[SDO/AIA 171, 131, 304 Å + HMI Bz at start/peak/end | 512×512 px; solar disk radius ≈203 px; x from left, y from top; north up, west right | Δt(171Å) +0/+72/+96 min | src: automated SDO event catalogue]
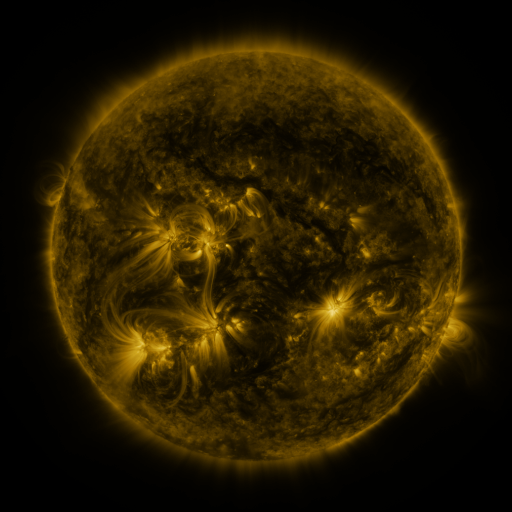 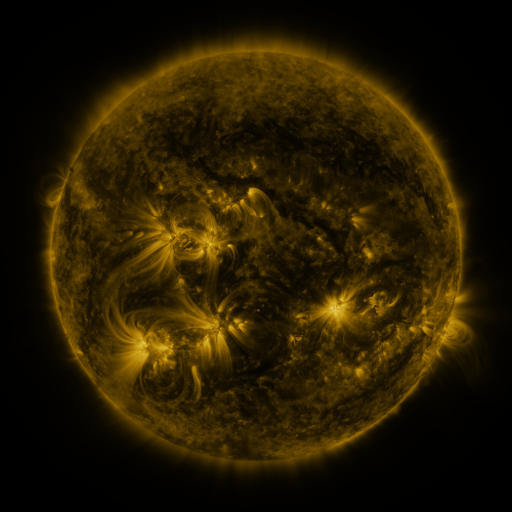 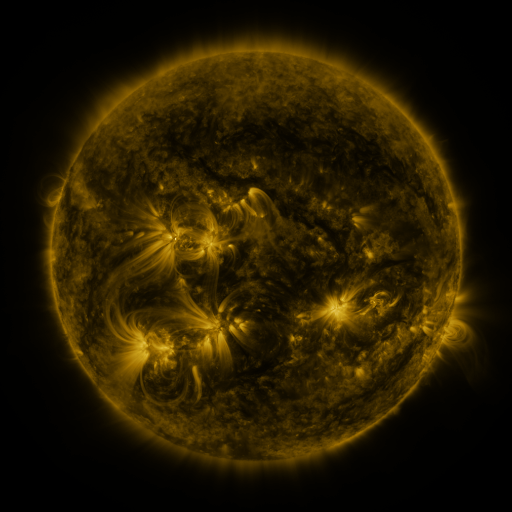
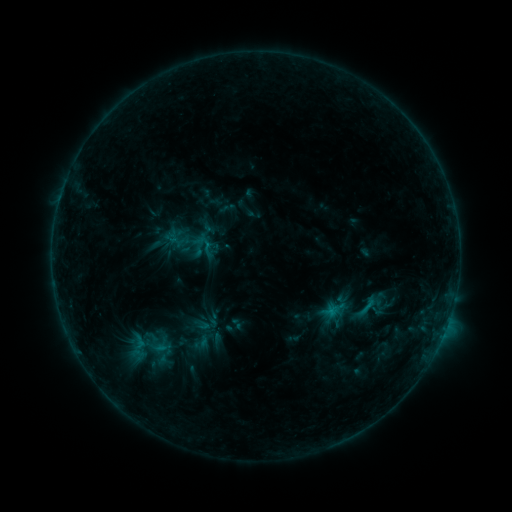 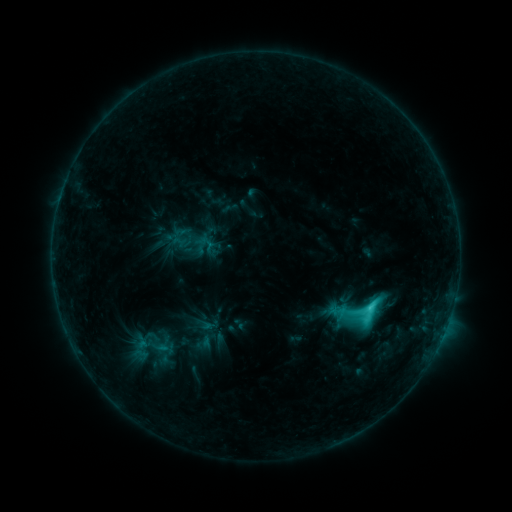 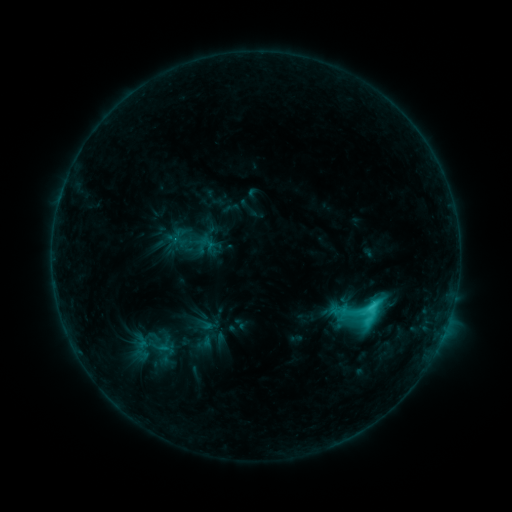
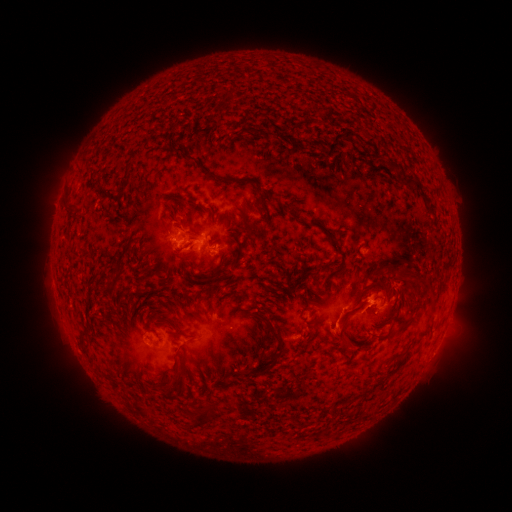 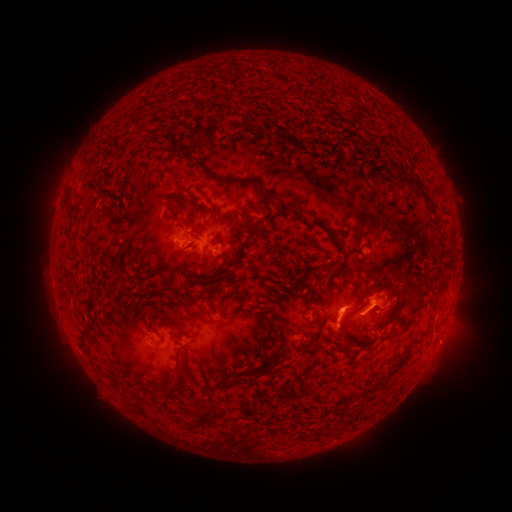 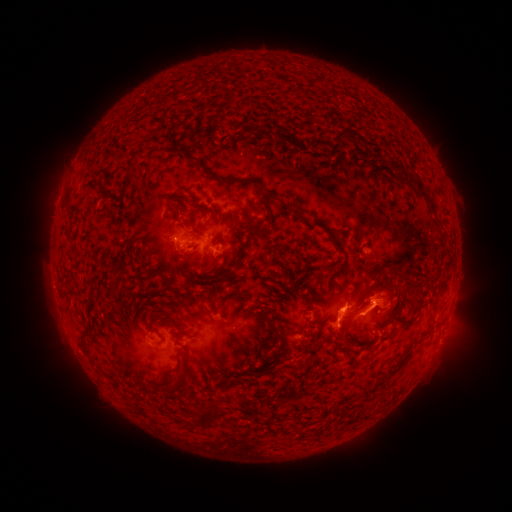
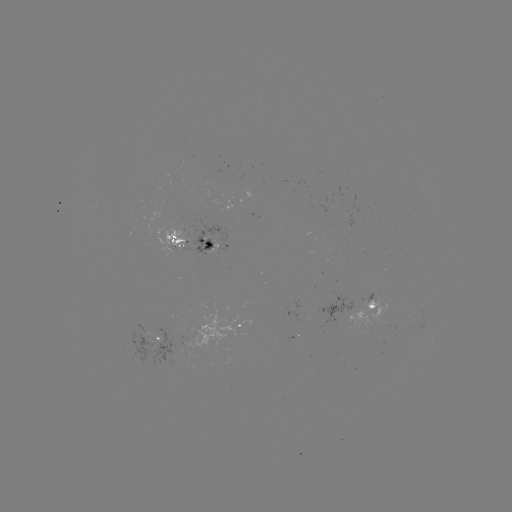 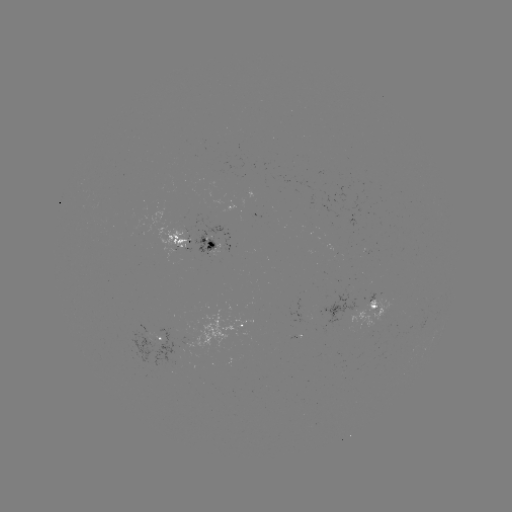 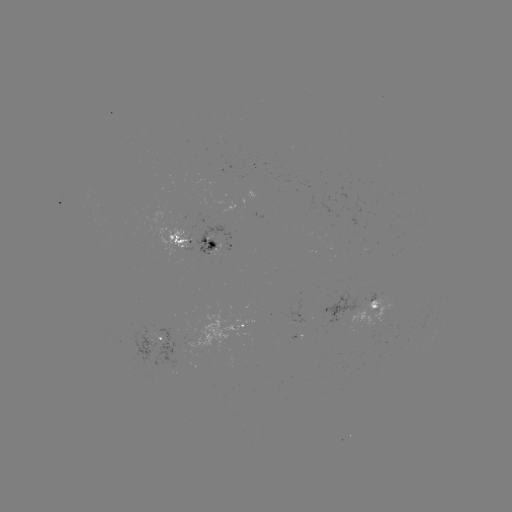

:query emerging-flux region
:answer [364, 254]